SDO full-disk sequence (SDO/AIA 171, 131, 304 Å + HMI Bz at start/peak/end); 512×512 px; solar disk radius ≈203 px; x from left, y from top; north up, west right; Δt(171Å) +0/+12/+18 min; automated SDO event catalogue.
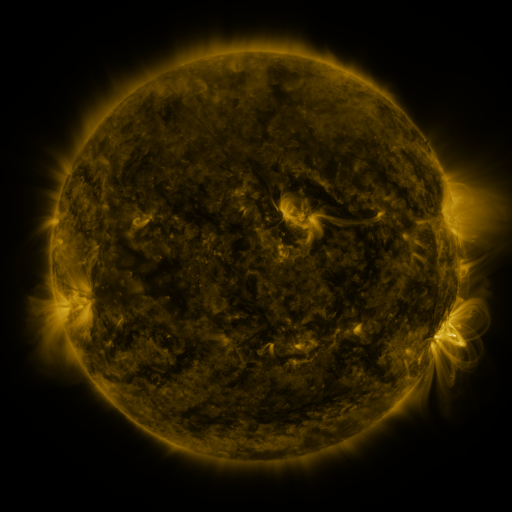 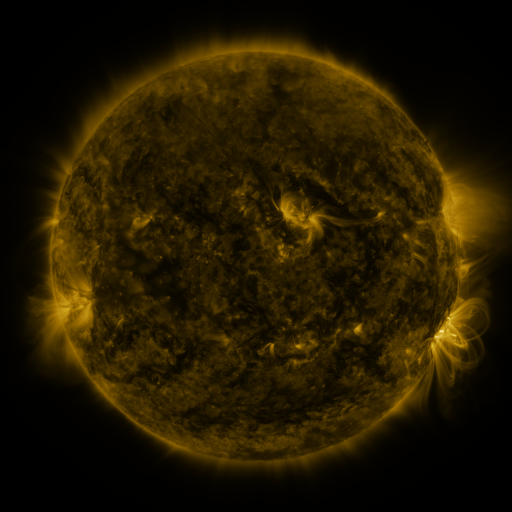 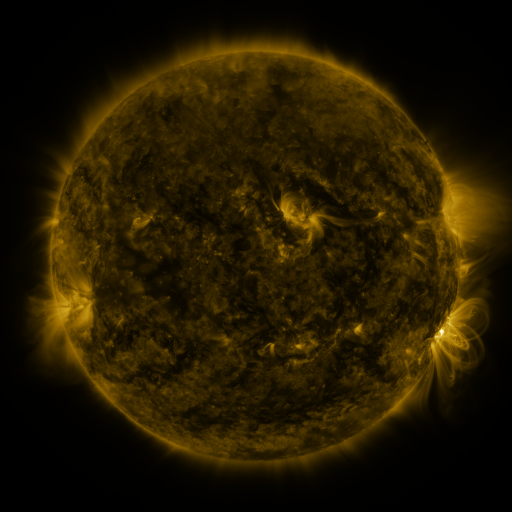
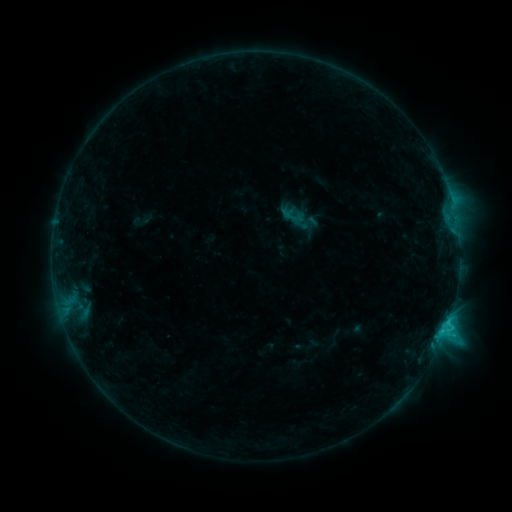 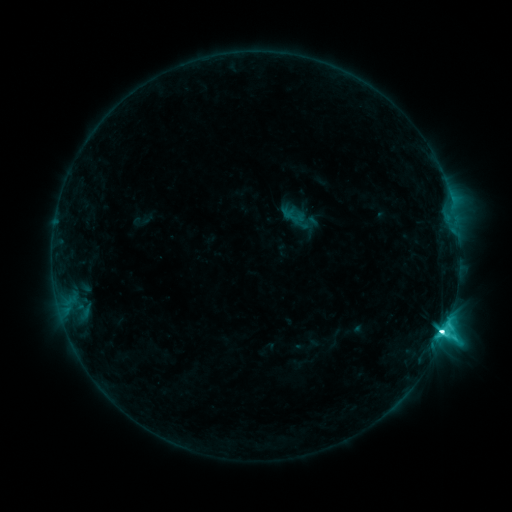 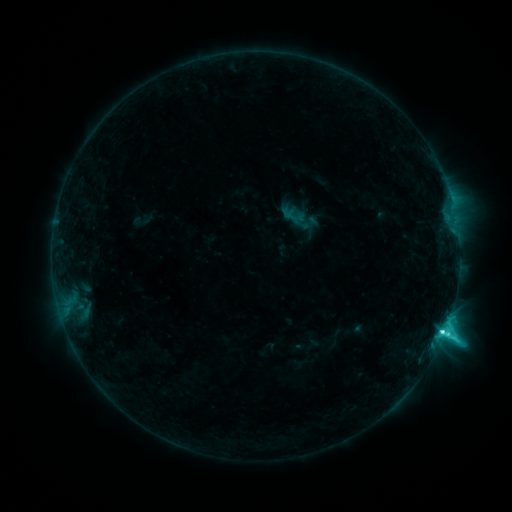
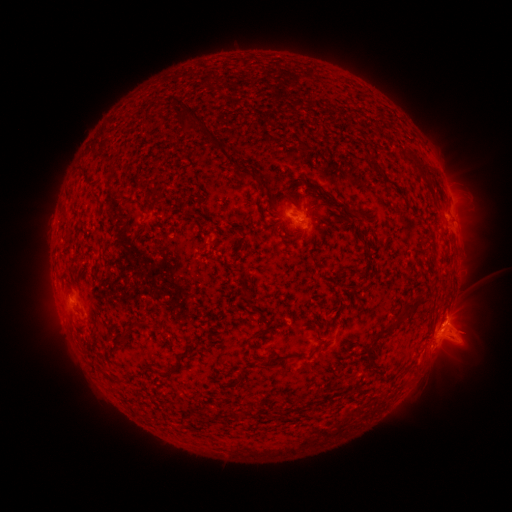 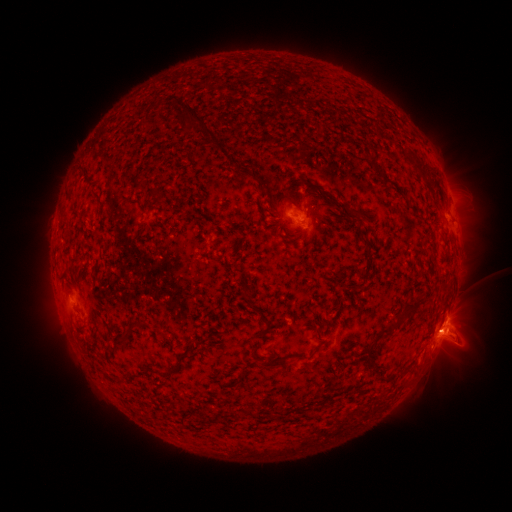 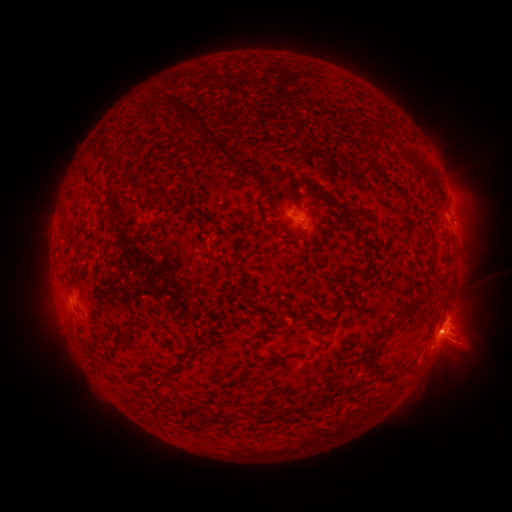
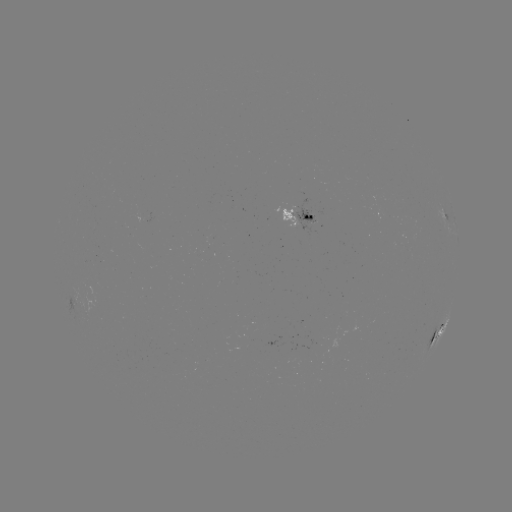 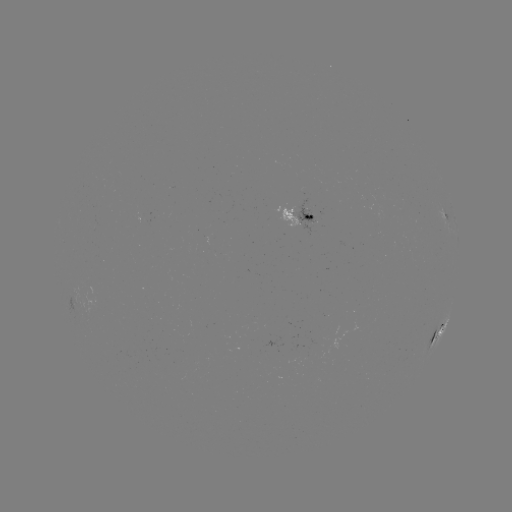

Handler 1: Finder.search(M1.0 flare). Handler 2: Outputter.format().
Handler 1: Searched M1.0 flare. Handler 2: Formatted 441,332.